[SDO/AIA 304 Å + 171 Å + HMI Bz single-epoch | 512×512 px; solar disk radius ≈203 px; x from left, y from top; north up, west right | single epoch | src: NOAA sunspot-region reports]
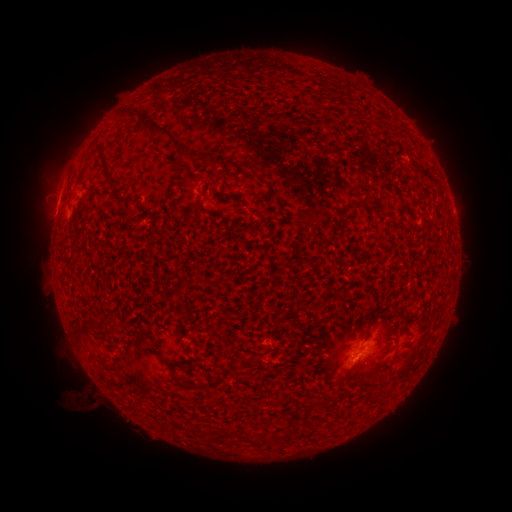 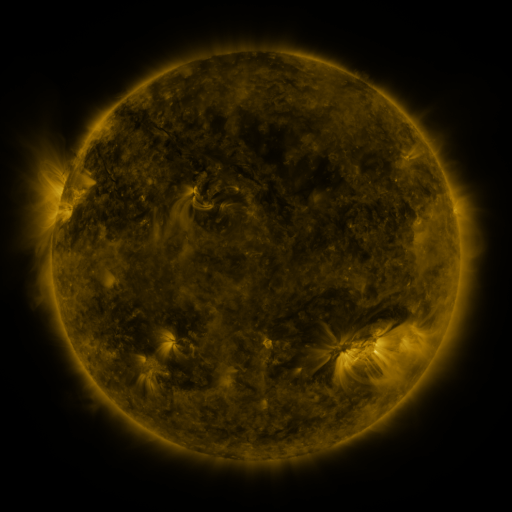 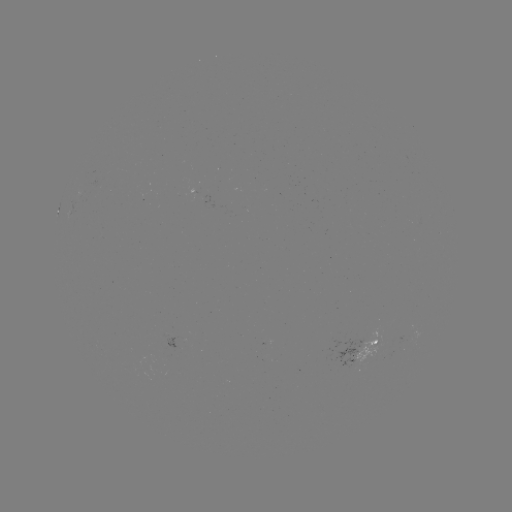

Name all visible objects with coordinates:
spotted active region: (362, 353)
